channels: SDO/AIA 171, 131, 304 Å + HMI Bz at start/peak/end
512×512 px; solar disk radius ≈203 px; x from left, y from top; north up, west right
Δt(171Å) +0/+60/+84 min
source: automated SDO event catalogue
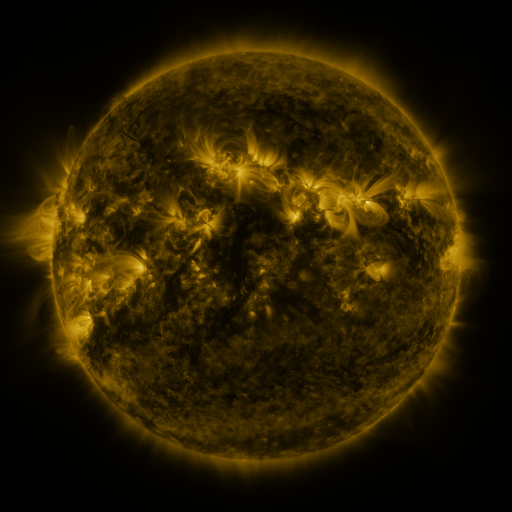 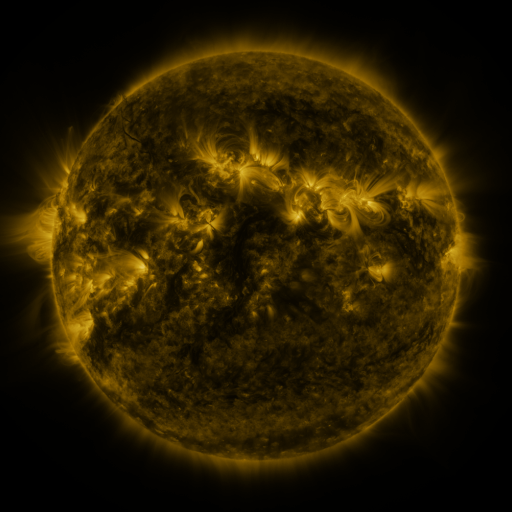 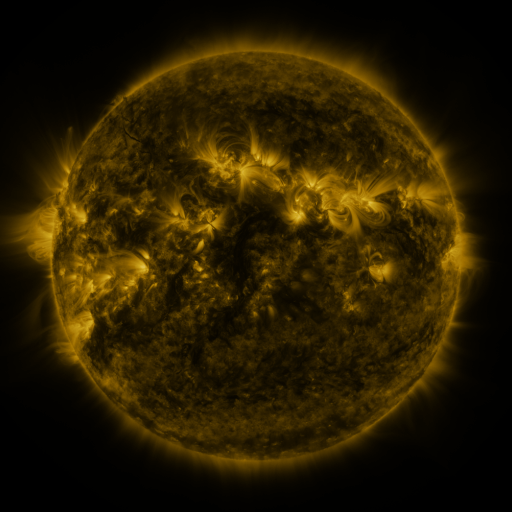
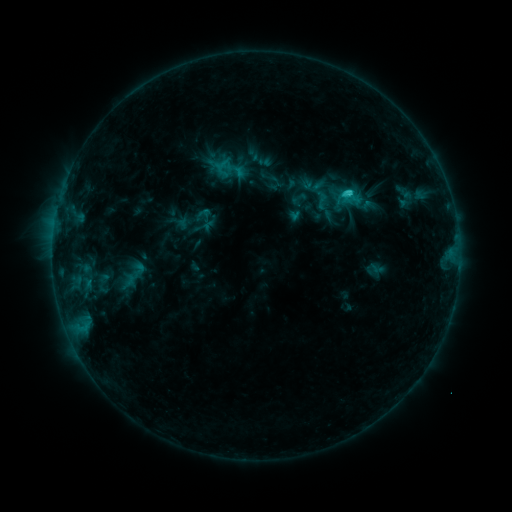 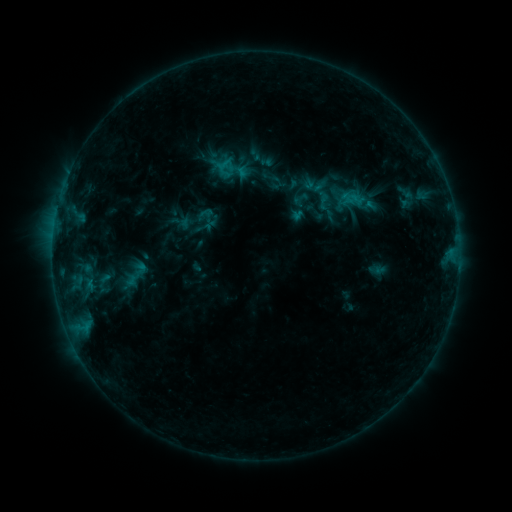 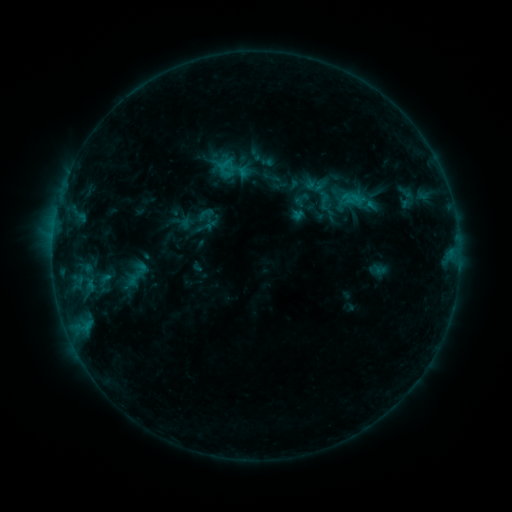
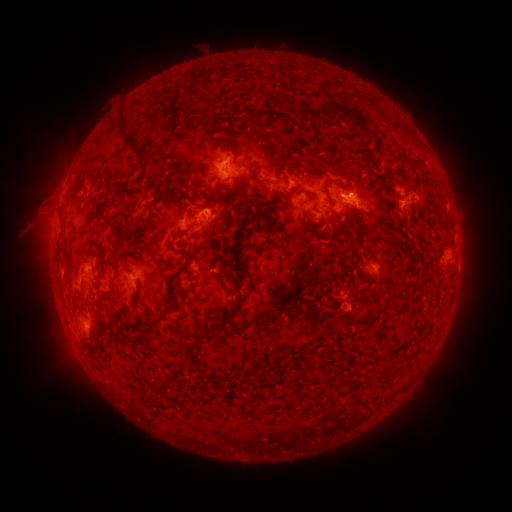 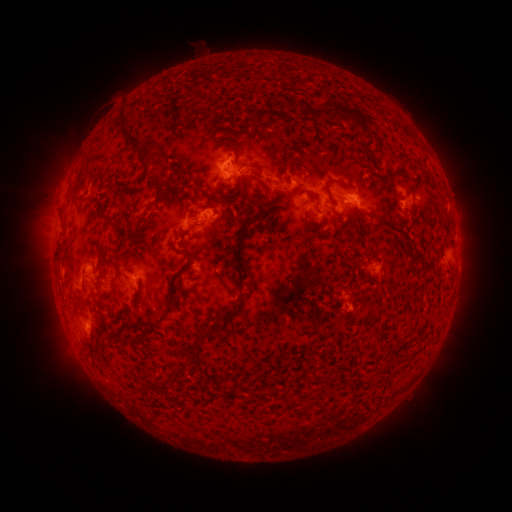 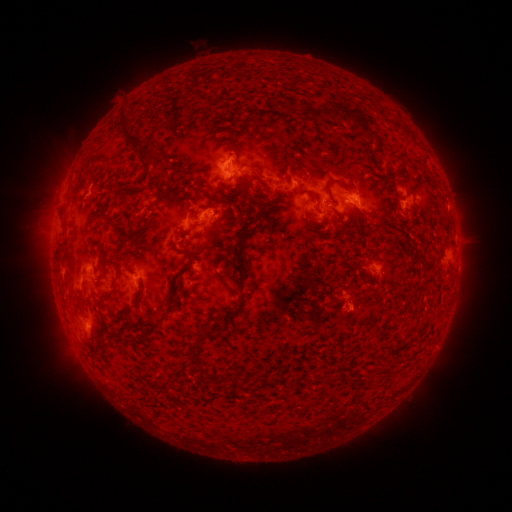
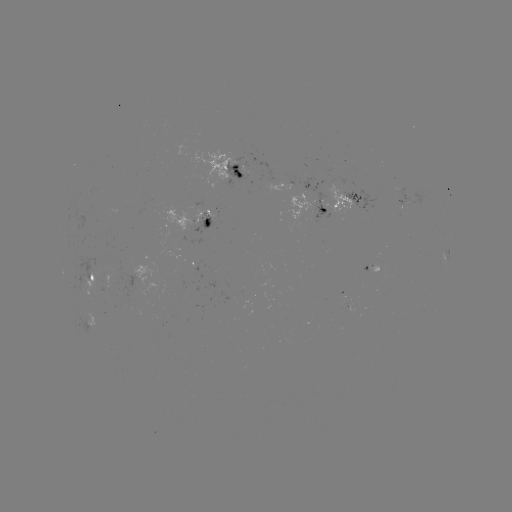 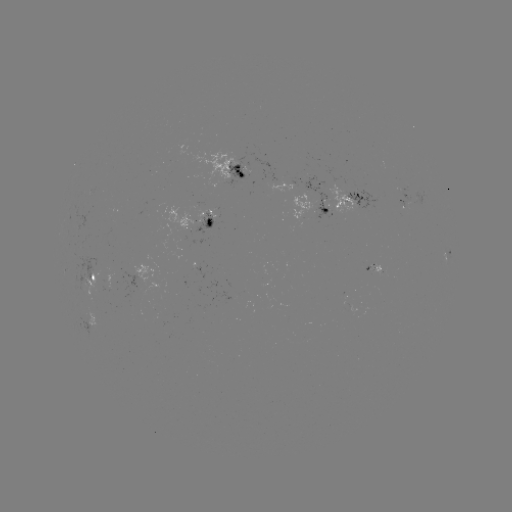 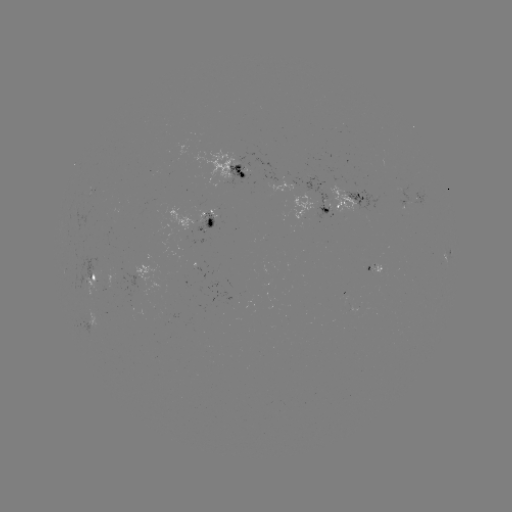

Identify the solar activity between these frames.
emerging-flux region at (182, 244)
